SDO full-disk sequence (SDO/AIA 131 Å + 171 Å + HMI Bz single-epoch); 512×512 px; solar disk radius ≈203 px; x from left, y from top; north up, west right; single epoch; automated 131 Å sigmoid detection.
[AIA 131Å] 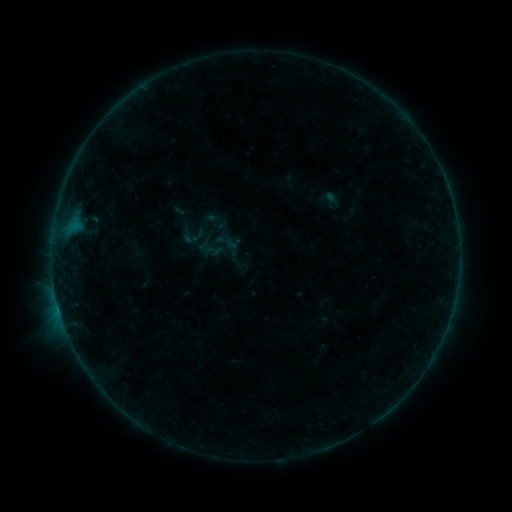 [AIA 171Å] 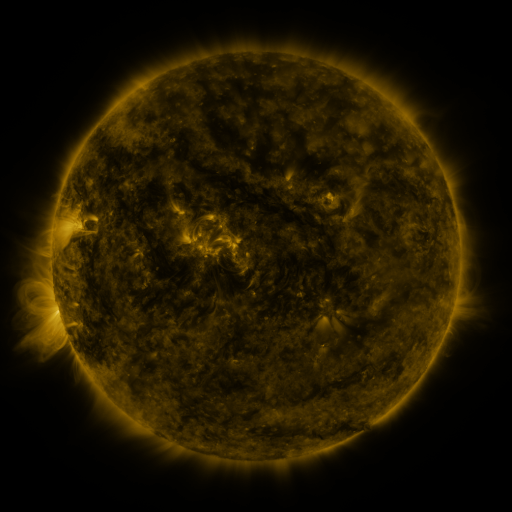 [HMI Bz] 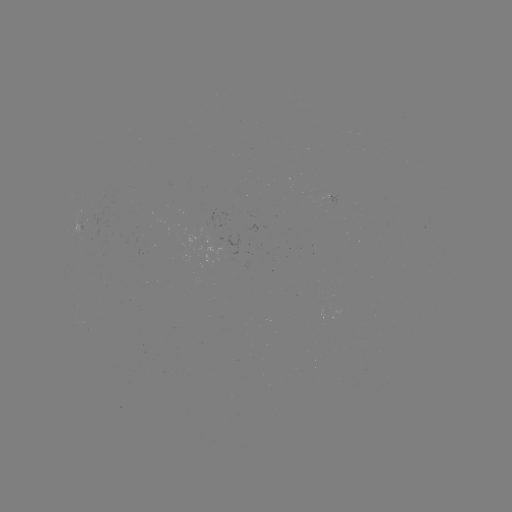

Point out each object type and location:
sigmoid: (191, 239)
sigmoid: (226, 242)
